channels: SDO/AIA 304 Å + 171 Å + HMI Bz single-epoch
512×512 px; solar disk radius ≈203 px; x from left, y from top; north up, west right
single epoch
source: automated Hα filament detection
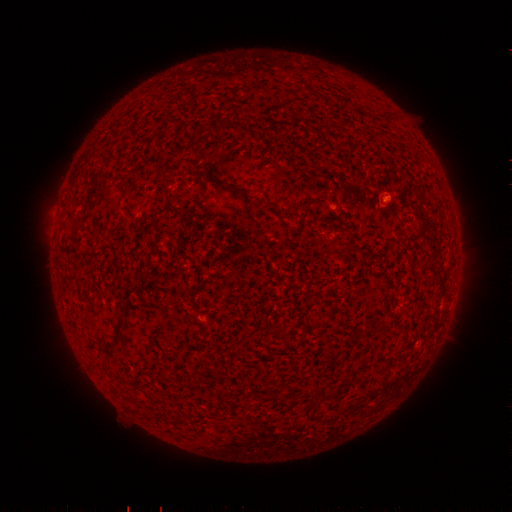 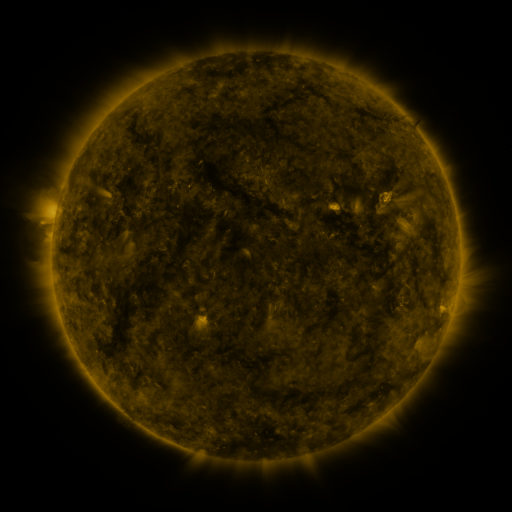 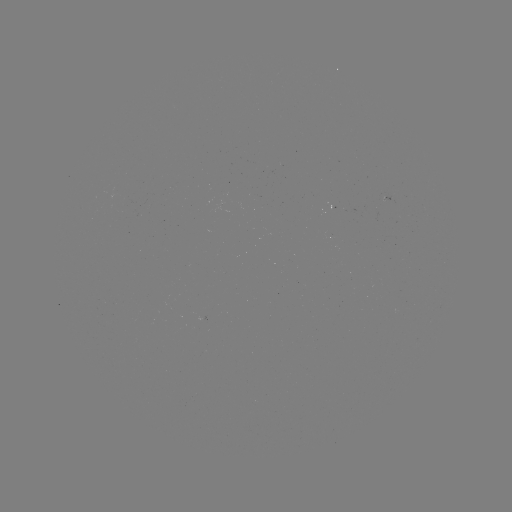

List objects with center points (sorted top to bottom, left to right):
filament: <bbox>295, 85, 306, 95</bbox>
filament: <bbox>378, 110, 394, 120</bbox>
filament: <bbox>115, 163, 124, 171</bbox>
filament: <bbox>158, 169, 170, 180</bbox>
filament: <bbox>228, 182, 251, 194</bbox>
filament: <bbox>108, 228, 117, 239</bbox>
filament: <bbox>363, 319, 372, 332</bbox>
filament: <bbox>111, 331, 123, 348</bbox>
filament: <bbox>237, 348, 253, 367</bbox>
